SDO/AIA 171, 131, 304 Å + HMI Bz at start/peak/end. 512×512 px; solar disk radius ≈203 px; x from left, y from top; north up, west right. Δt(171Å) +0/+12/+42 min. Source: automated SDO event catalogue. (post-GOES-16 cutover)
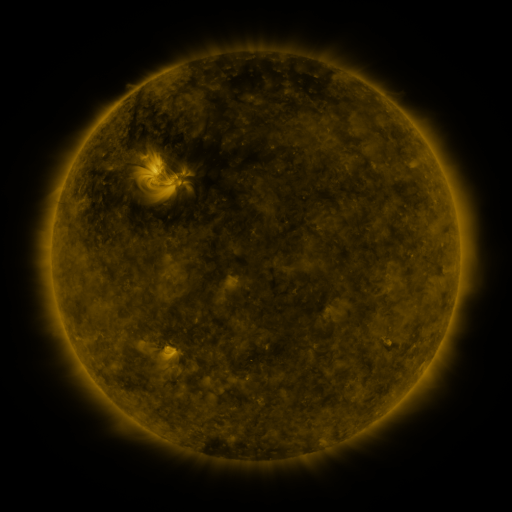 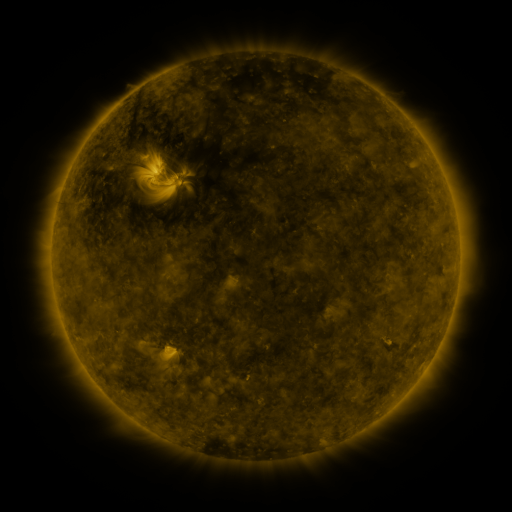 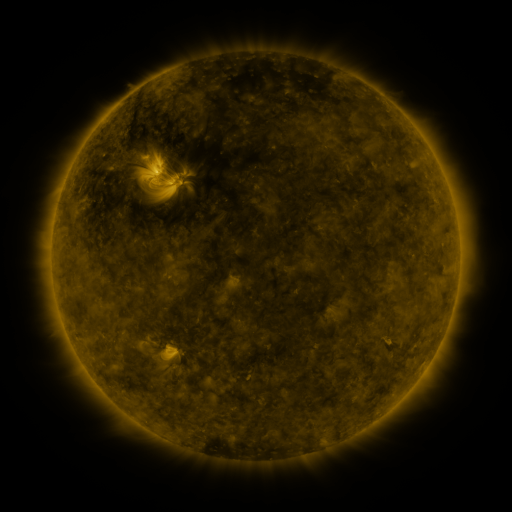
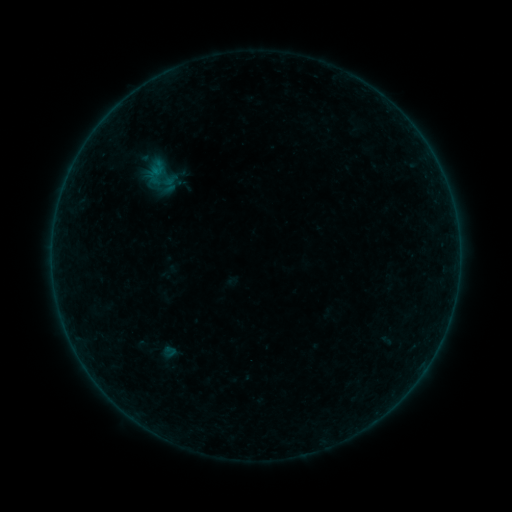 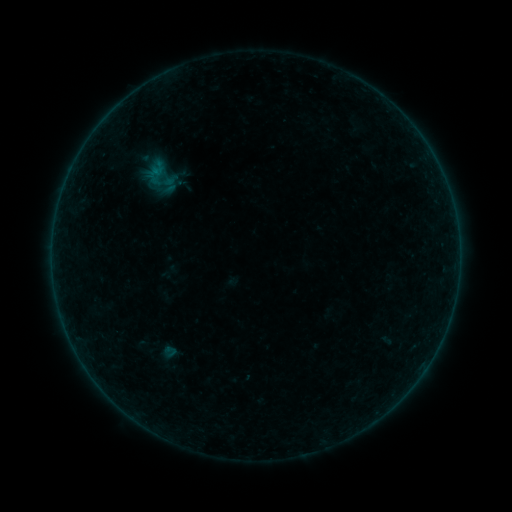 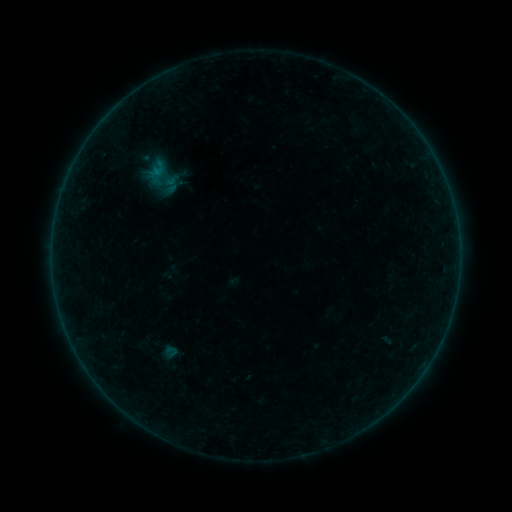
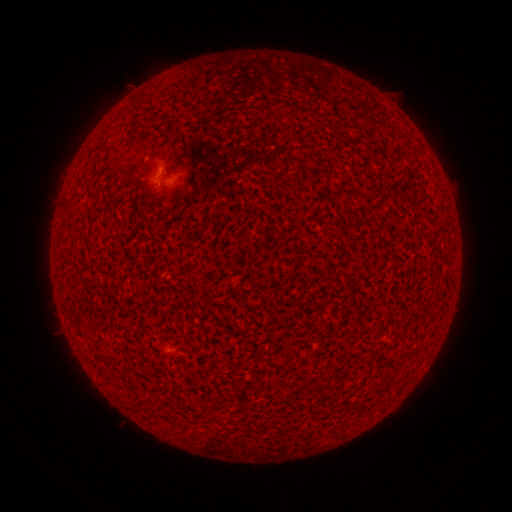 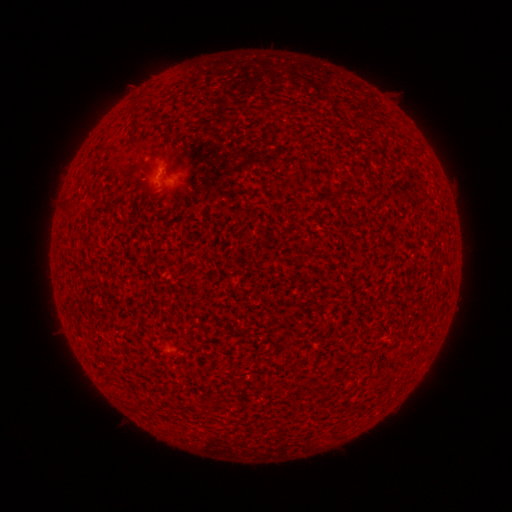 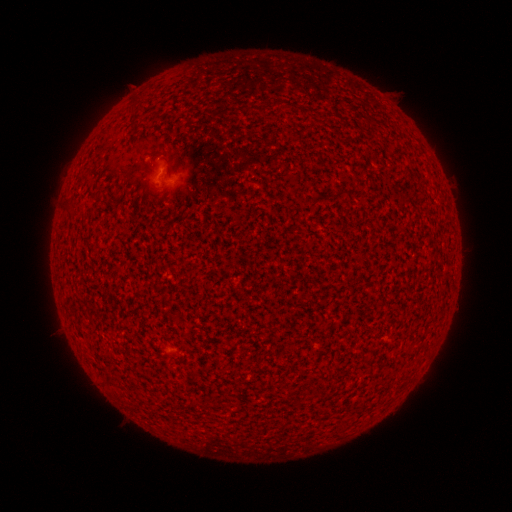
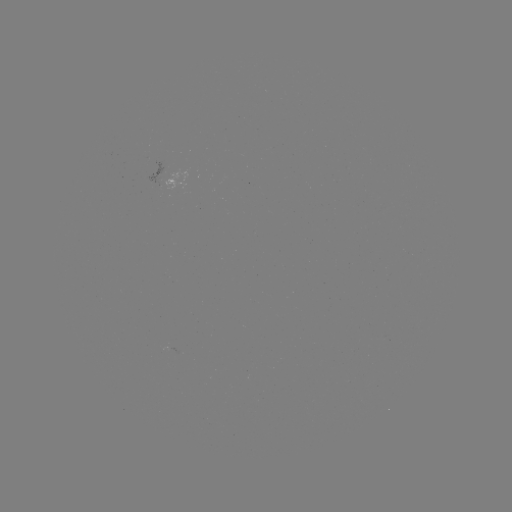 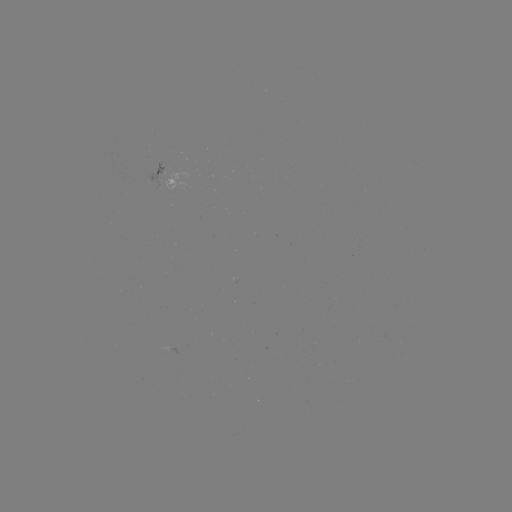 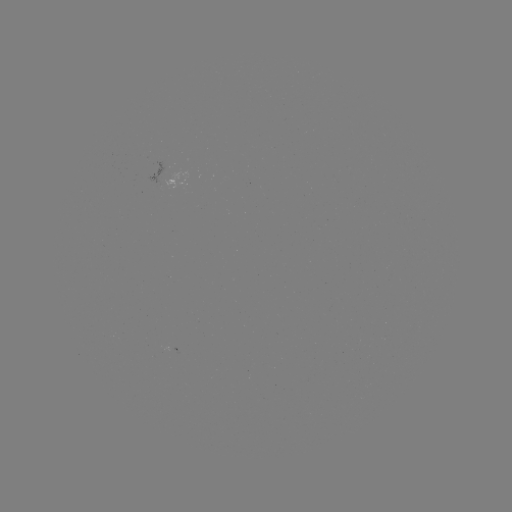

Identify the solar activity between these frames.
A5.5 flare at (161, 176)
